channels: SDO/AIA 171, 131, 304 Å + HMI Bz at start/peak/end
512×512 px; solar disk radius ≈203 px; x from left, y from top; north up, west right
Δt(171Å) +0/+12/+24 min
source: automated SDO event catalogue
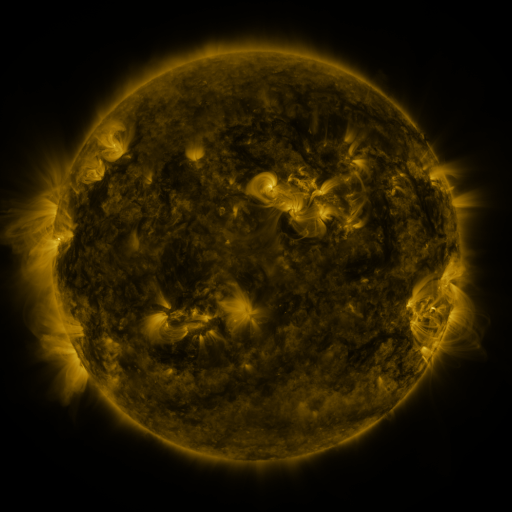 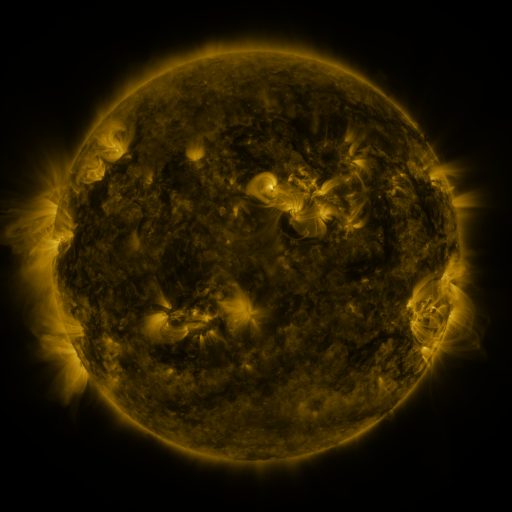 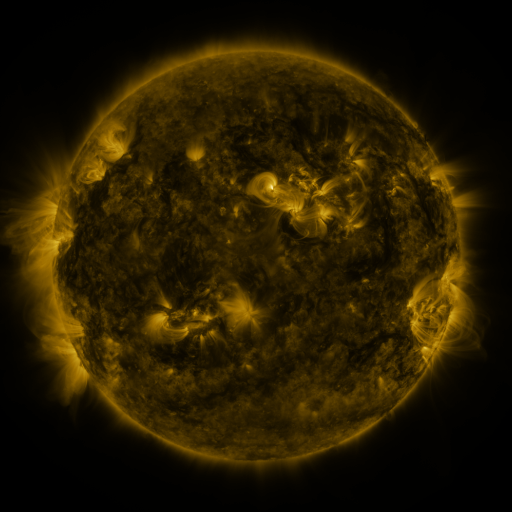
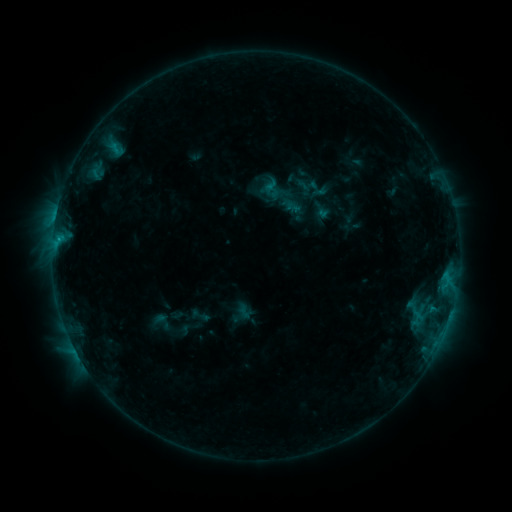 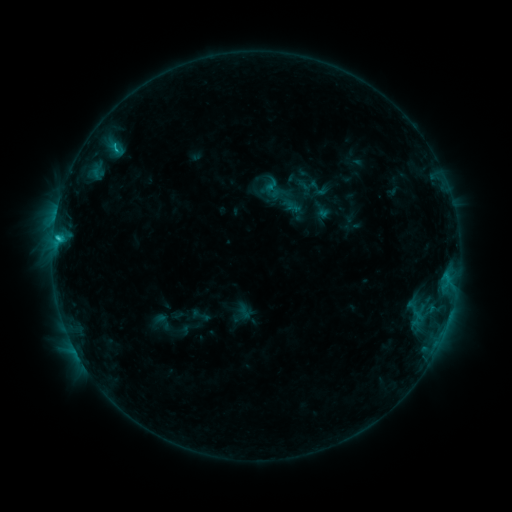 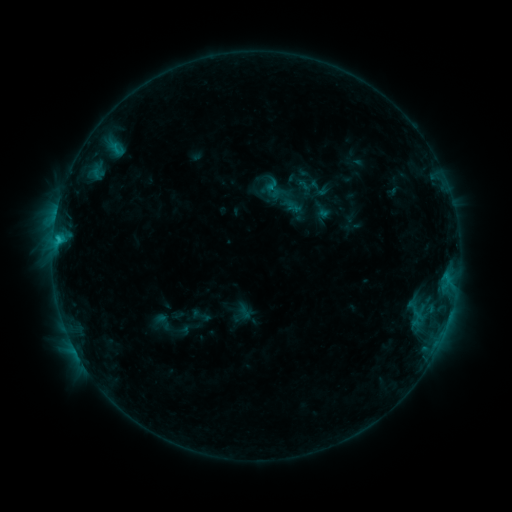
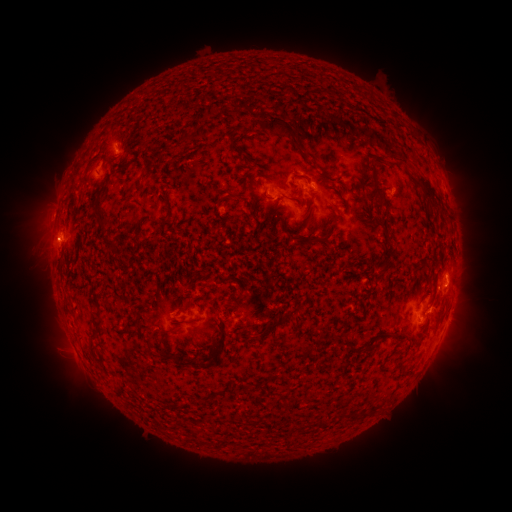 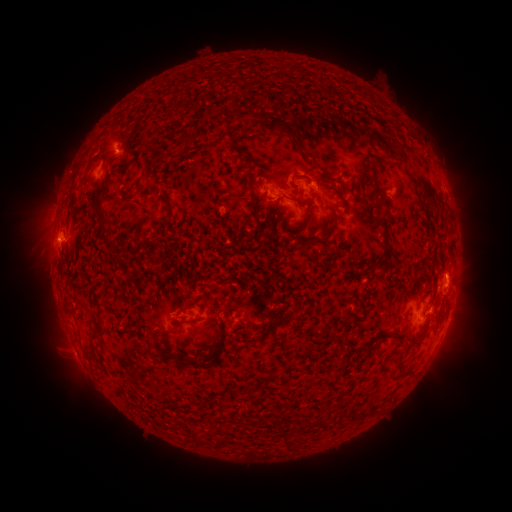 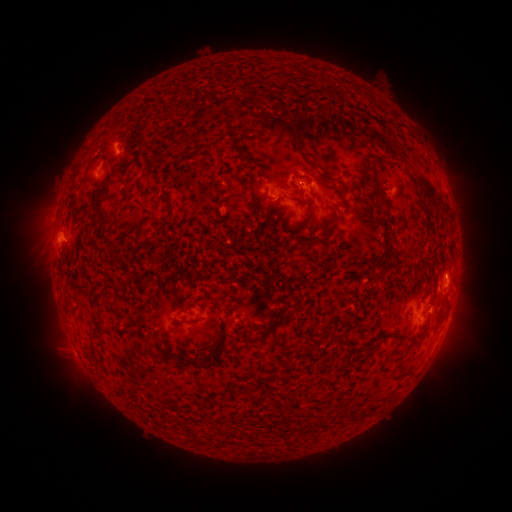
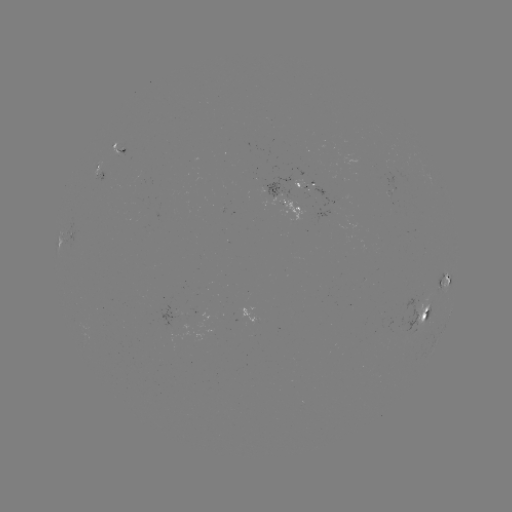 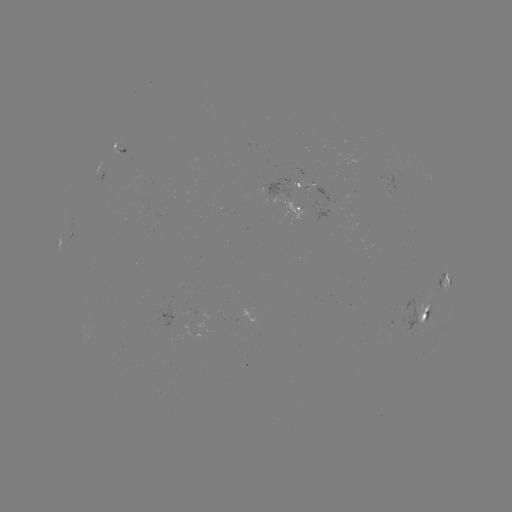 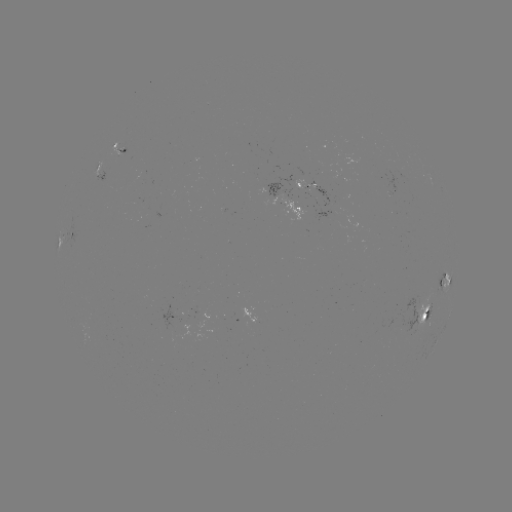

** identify C1.6 flare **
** [58, 239] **